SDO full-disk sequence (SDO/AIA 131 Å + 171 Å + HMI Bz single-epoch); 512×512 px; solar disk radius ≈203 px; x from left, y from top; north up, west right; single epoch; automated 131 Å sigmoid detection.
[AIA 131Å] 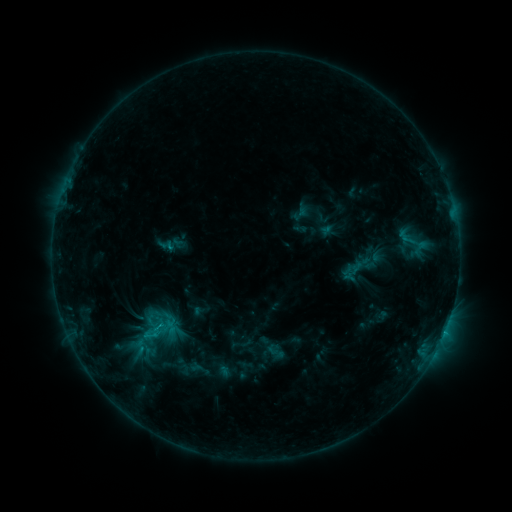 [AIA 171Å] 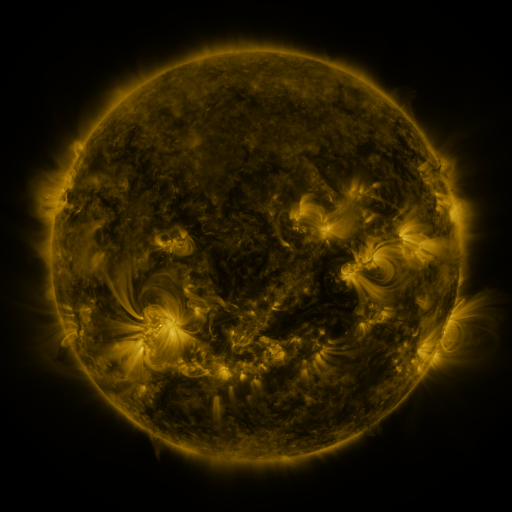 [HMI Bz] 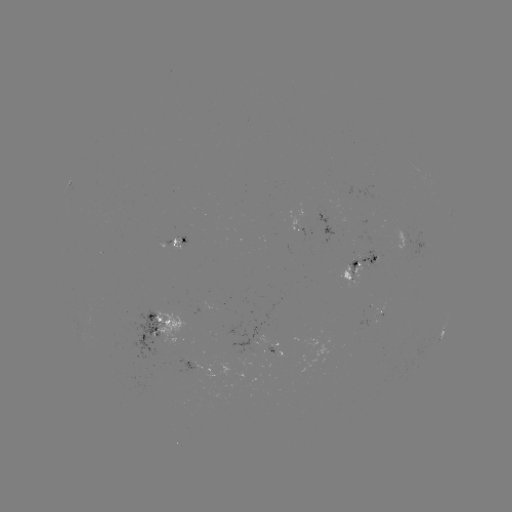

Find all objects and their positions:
sigmoid: (153, 332)
sigmoid: (275, 351)
